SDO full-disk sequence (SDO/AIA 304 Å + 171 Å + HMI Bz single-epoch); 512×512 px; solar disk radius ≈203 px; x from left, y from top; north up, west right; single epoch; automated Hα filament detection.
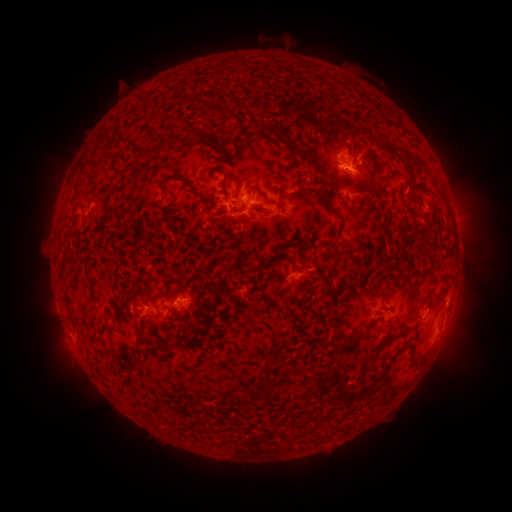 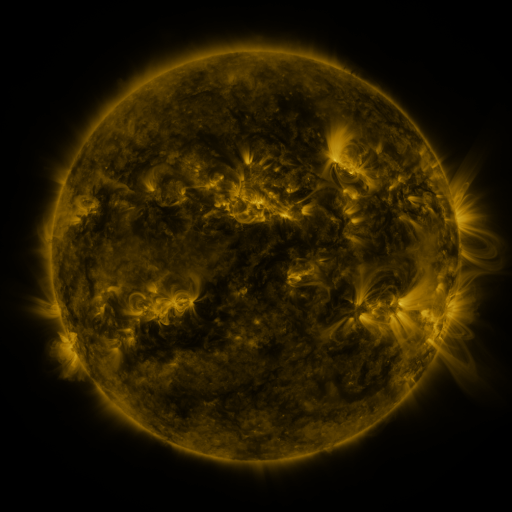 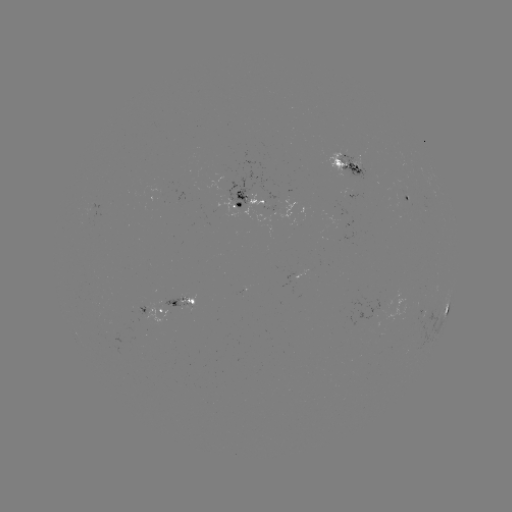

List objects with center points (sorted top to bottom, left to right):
filament: (207, 112)
filament: (277, 132)
filament: (206, 143)
filament: (163, 147)
filament: (367, 155)
filament: (91, 165)
filament: (128, 171)
filament: (175, 176)
filament: (223, 184)
filament: (377, 186)
filament: (400, 186)
filament: (162, 189)
filament: (258, 190)
filament: (315, 190)
filament: (259, 267)
filament: (183, 296)
filament: (69, 309)
filament: (86, 318)
filament: (358, 336)
filament: (140, 338)
filament: (183, 344)
filament: (389, 363)
filament: (363, 374)
filament: (272, 382)
filament: (244, 400)
